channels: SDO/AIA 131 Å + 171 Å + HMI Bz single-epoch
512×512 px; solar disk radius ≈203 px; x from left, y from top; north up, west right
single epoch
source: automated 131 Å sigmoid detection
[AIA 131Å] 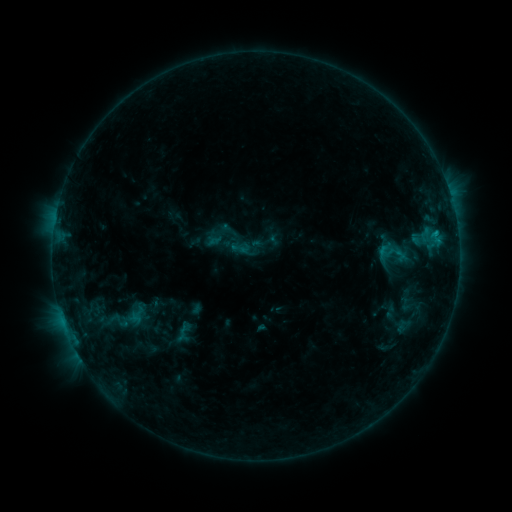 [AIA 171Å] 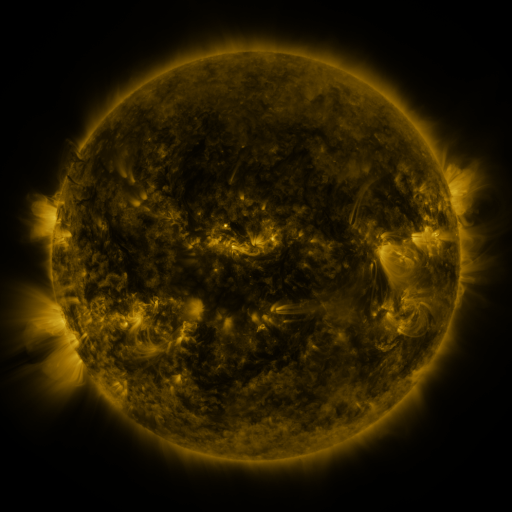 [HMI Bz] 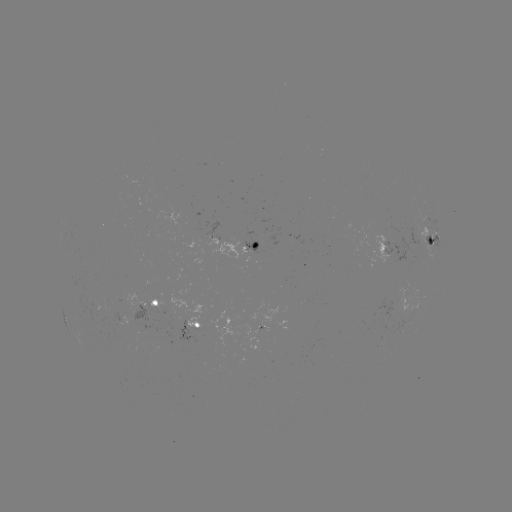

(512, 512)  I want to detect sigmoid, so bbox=[376, 236, 412, 269].